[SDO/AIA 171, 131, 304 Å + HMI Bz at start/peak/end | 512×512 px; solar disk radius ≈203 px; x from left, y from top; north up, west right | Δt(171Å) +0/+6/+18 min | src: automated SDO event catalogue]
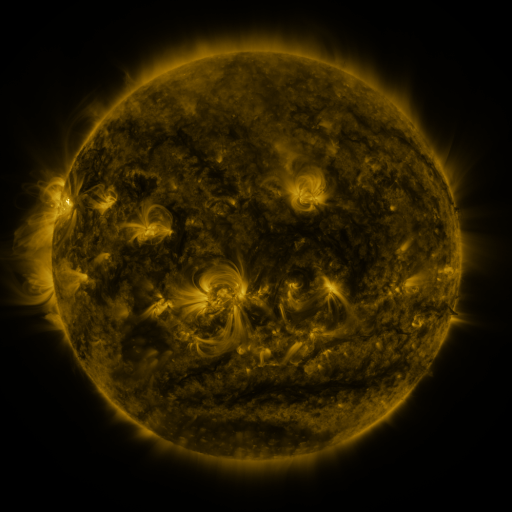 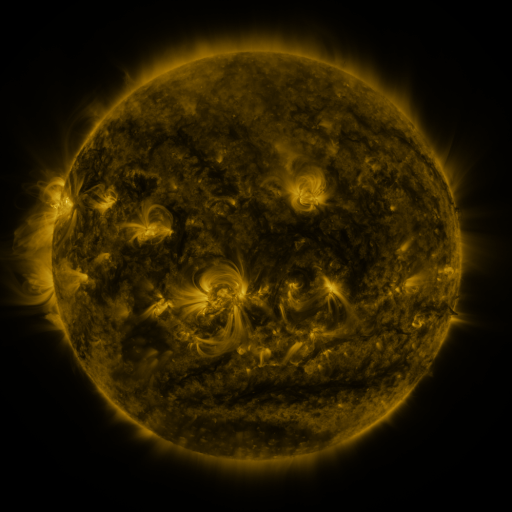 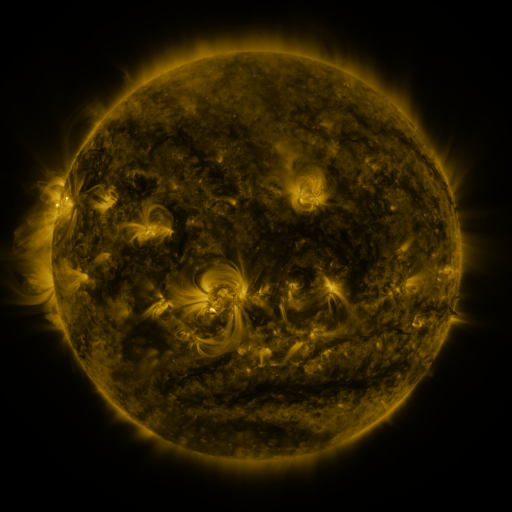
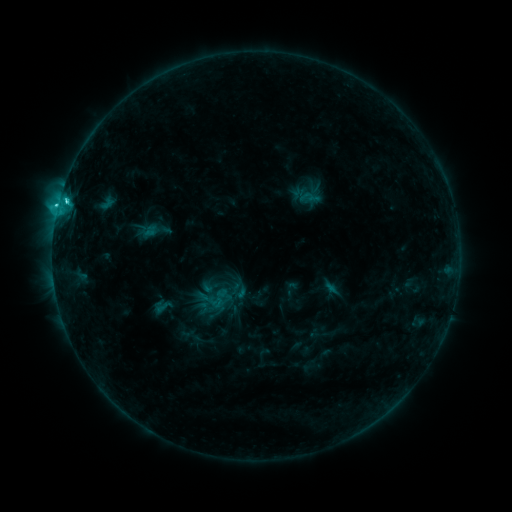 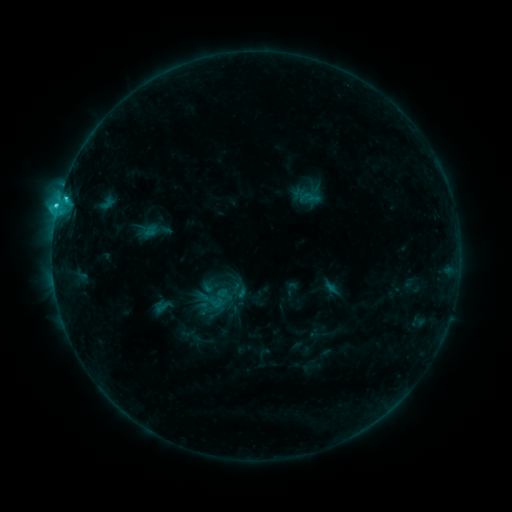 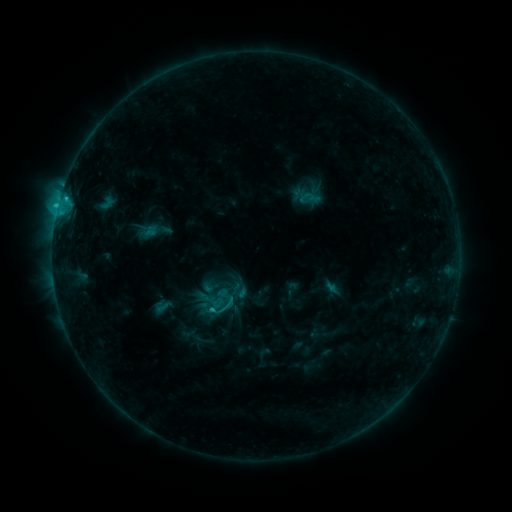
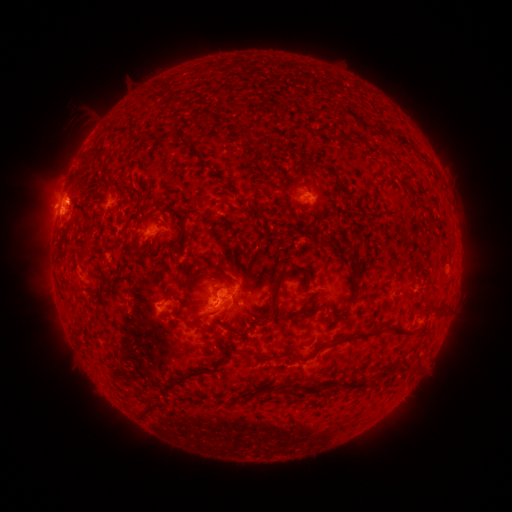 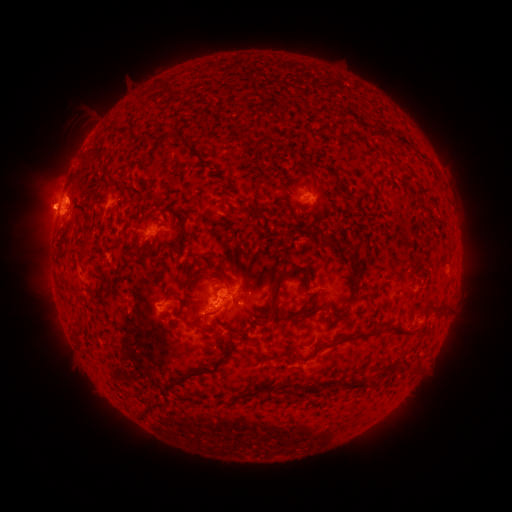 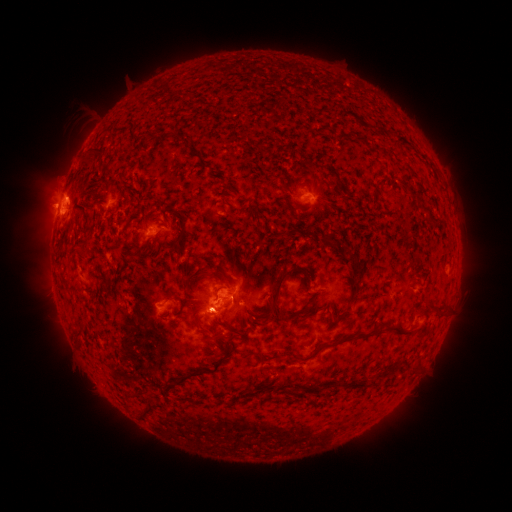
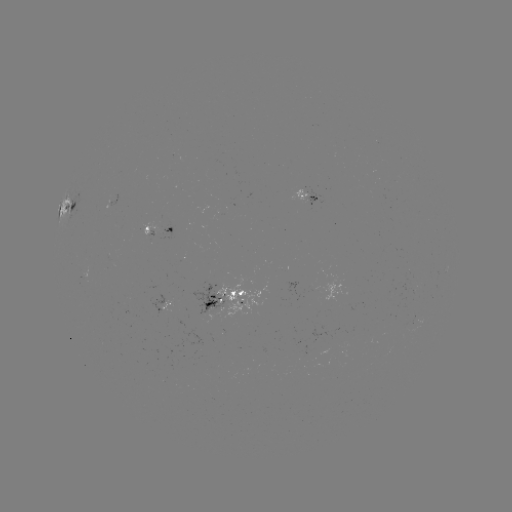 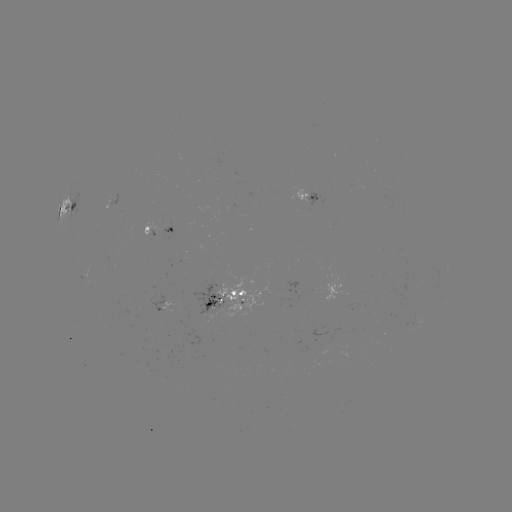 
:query eruption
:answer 45,206